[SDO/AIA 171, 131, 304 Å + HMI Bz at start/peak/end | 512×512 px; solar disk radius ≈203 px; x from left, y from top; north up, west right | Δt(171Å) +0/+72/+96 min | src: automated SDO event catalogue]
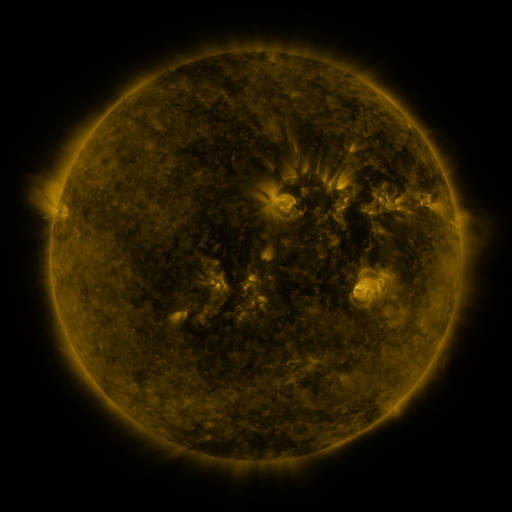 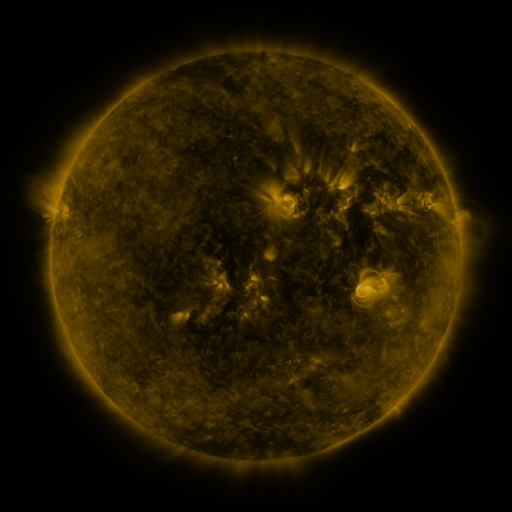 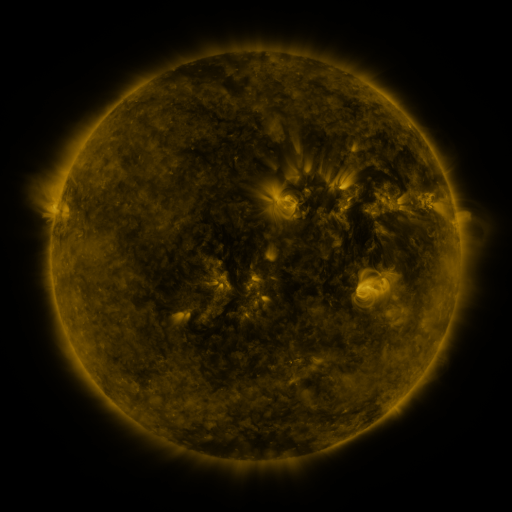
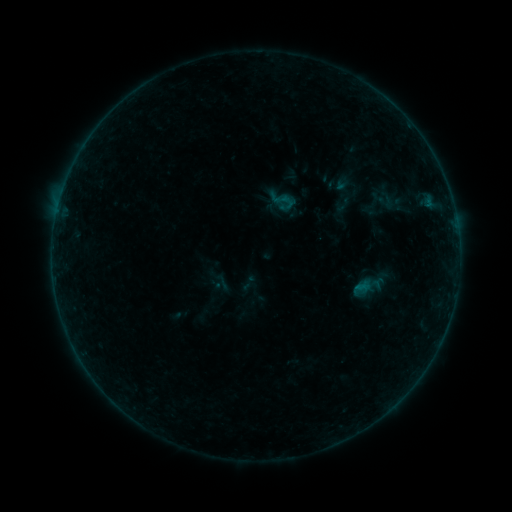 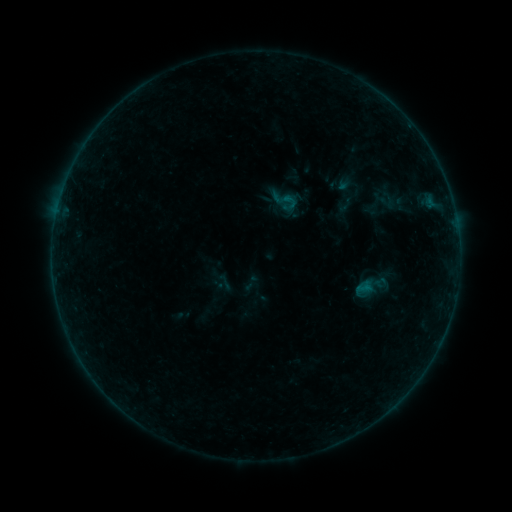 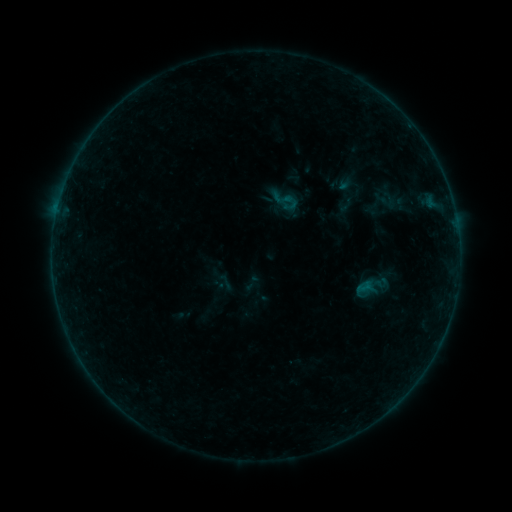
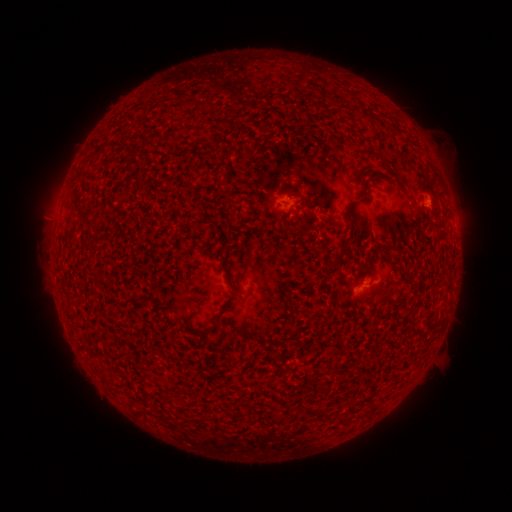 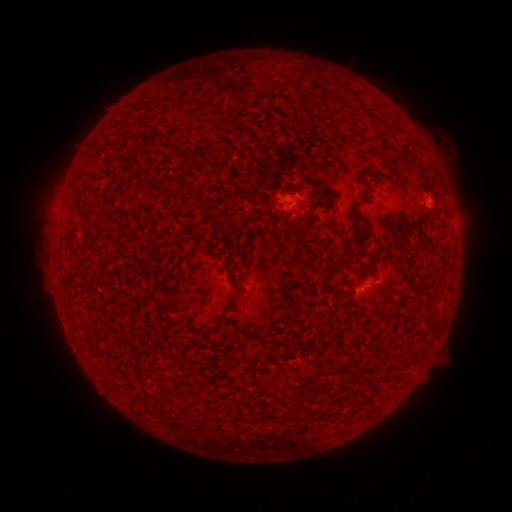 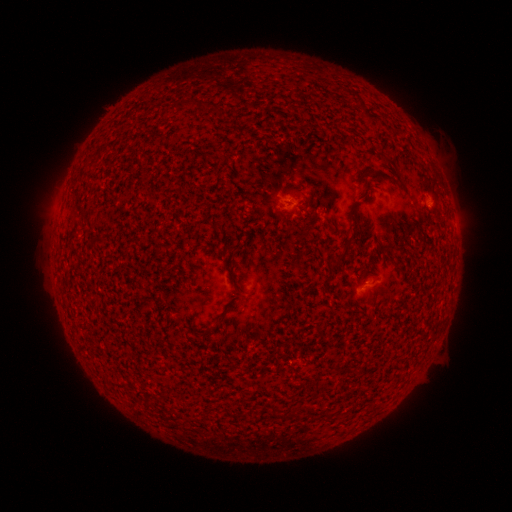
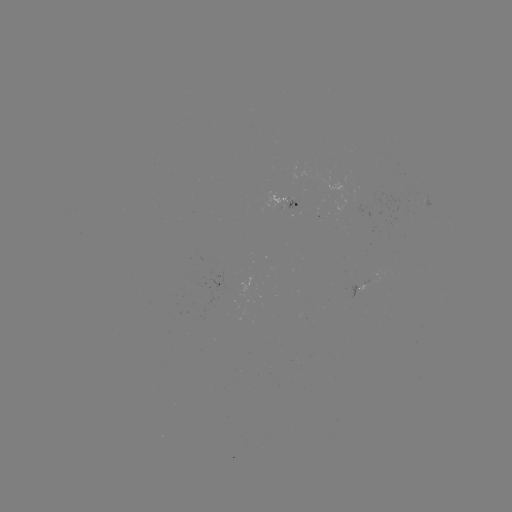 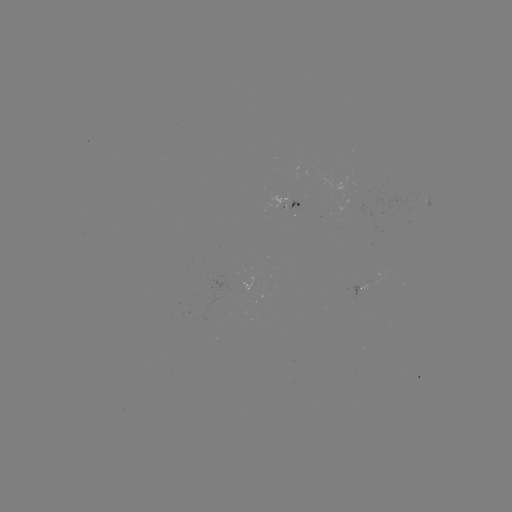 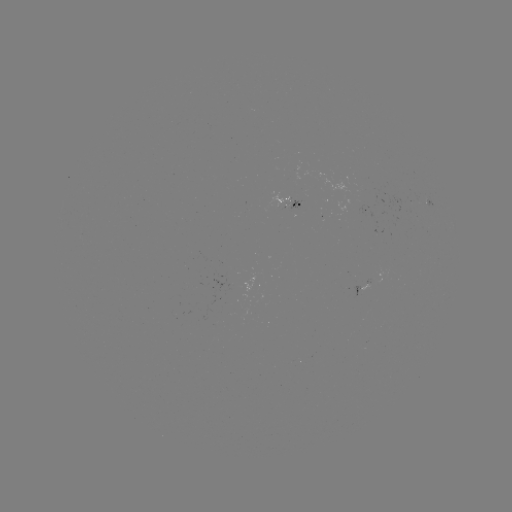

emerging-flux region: (266, 195, 289, 210)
